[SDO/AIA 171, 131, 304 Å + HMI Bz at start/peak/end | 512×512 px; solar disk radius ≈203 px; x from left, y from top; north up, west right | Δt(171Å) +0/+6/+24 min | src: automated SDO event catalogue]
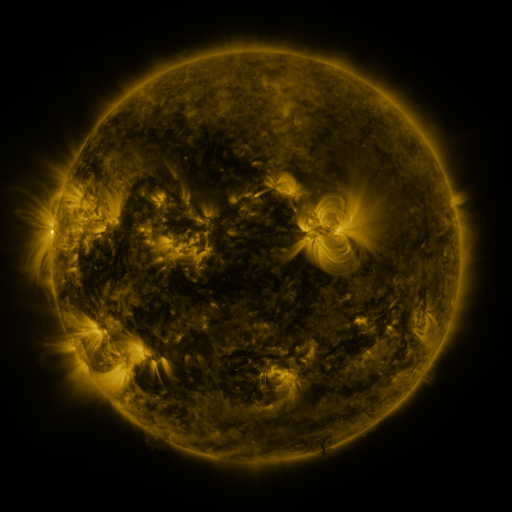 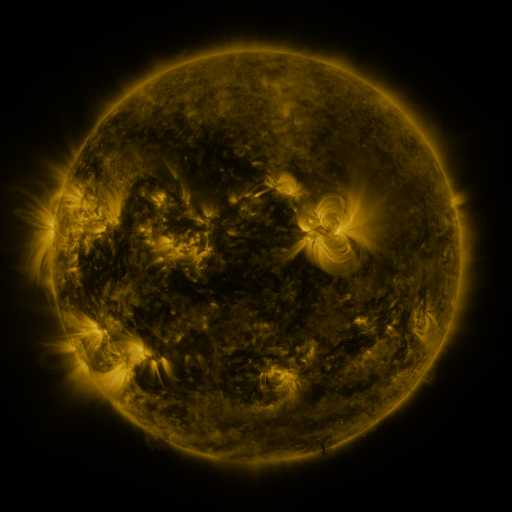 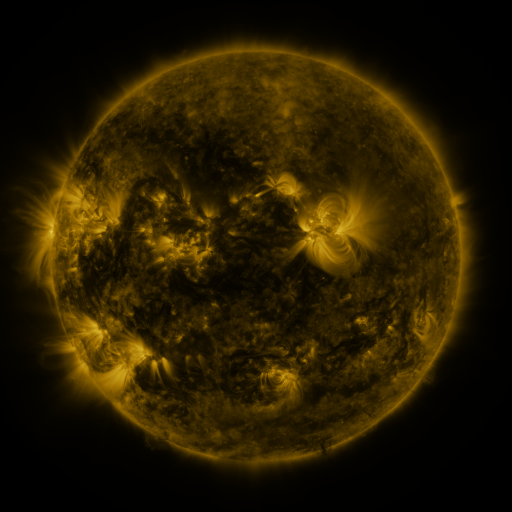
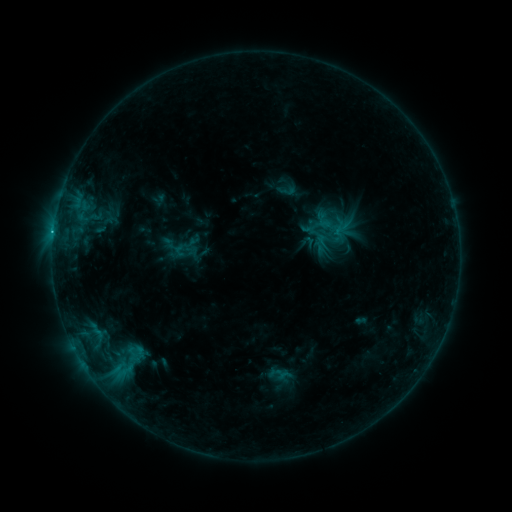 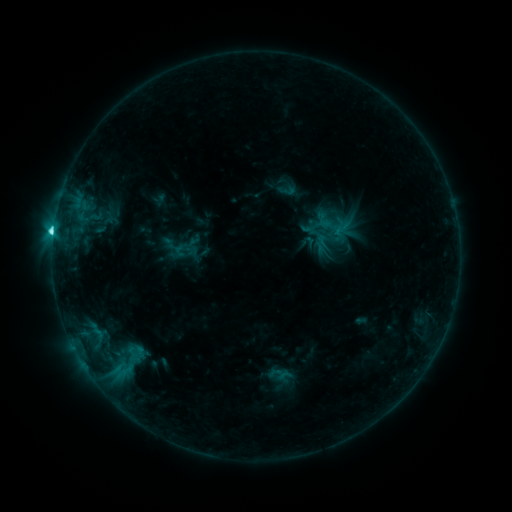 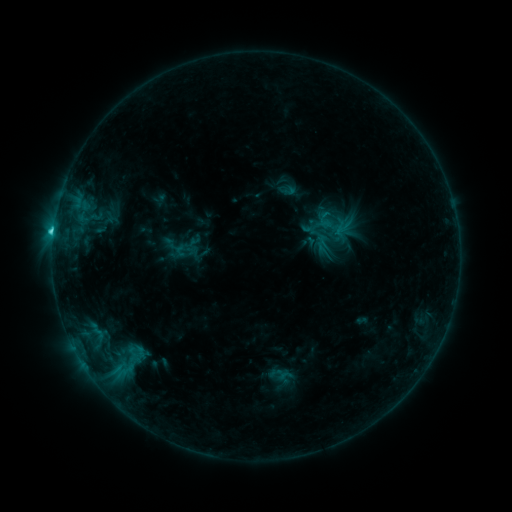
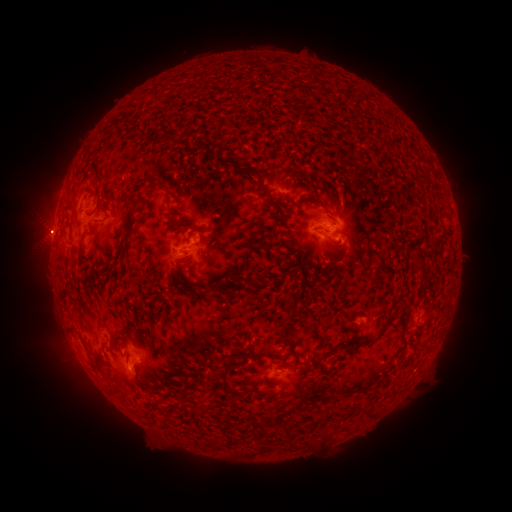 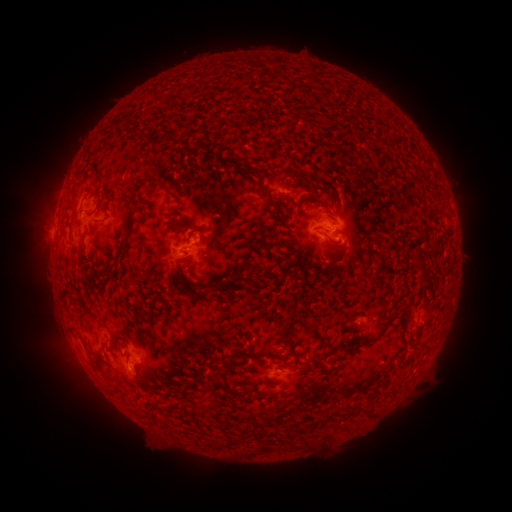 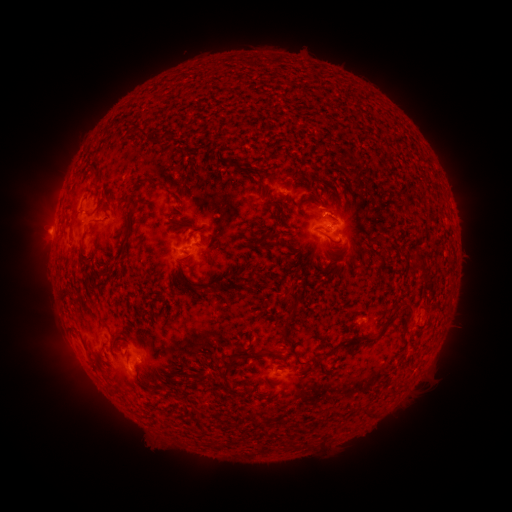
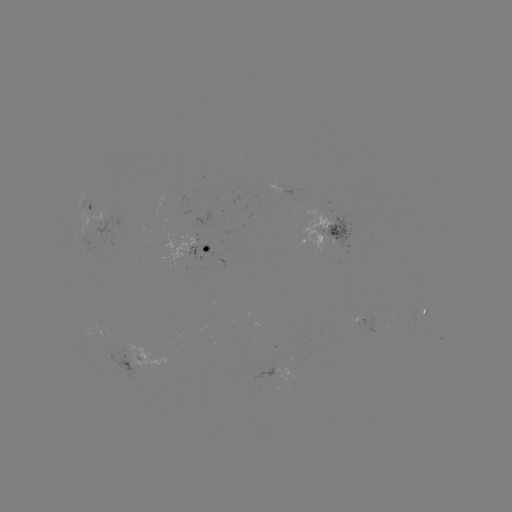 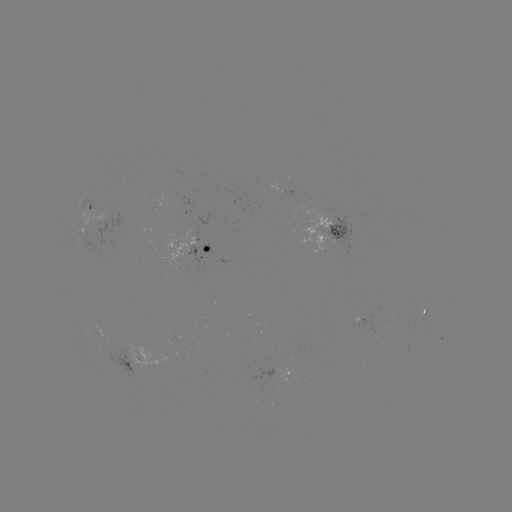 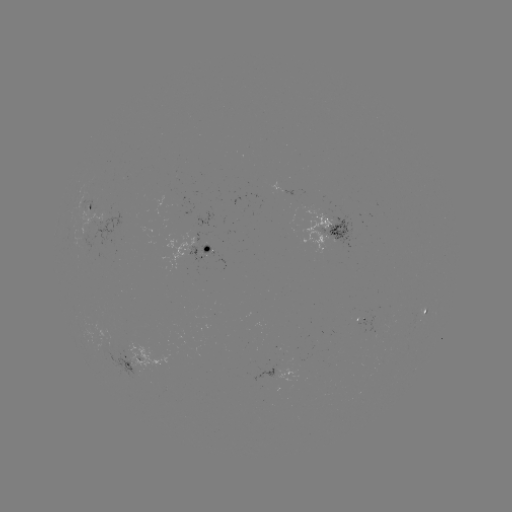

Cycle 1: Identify C7.4 flare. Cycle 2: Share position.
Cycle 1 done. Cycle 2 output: (53, 235).